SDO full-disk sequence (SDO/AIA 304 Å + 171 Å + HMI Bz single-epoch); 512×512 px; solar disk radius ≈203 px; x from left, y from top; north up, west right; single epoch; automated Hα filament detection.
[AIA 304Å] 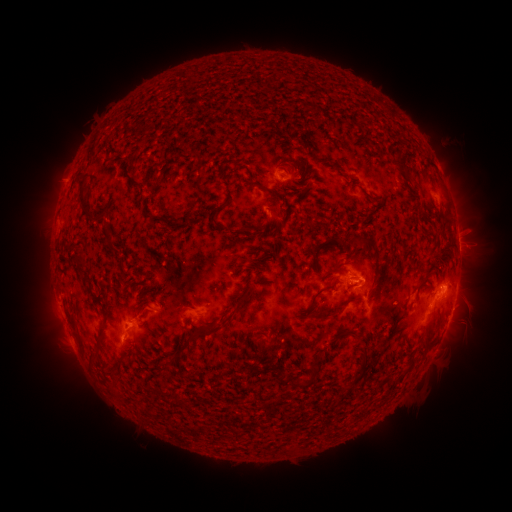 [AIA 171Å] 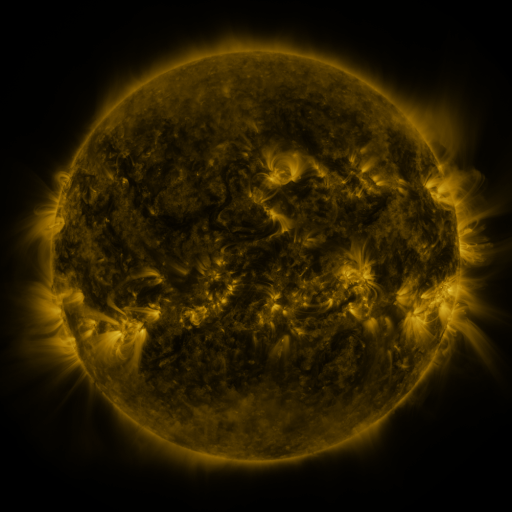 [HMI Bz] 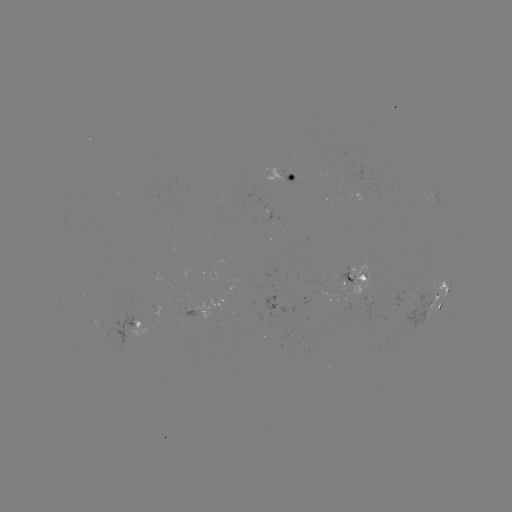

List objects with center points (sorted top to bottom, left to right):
filament: (398, 160)
filament: (296, 165)
filament: (197, 175)
filament: (269, 191)
filament: (82, 203)
filament: (188, 213)
filament: (213, 213)
filament: (158, 221)
filament: (244, 229)
filament: (450, 229)
filament: (335, 236)
filament: (361, 240)
filament: (108, 241)
filament: (255, 260)
filament: (81, 262)
filament: (338, 265)
filament: (91, 289)
filament: (319, 292)
filament: (357, 298)
filament: (184, 312)
filament: (323, 315)
filament: (220, 328)
filament: (351, 331)
filament: (102, 335)
filament: (81, 342)
filament: (423, 349)
filament: (364, 351)
filament: (177, 358)
filament: (360, 370)
filament: (106, 372)
filament: (283, 378)
filament: (309, 384)
